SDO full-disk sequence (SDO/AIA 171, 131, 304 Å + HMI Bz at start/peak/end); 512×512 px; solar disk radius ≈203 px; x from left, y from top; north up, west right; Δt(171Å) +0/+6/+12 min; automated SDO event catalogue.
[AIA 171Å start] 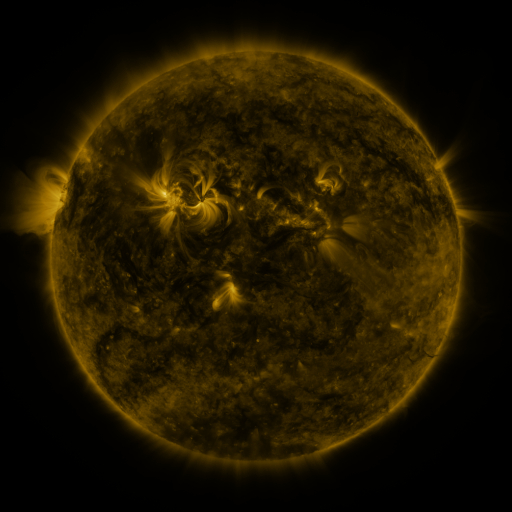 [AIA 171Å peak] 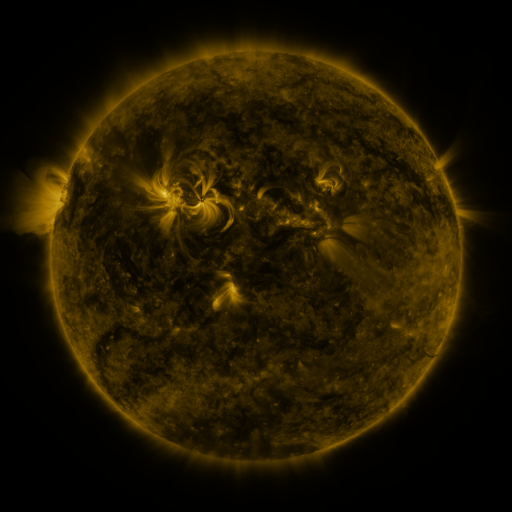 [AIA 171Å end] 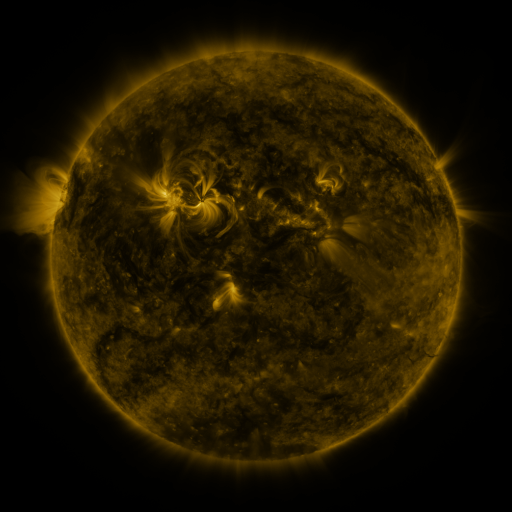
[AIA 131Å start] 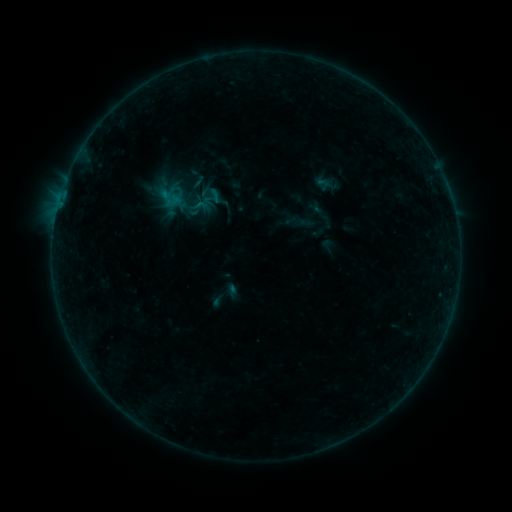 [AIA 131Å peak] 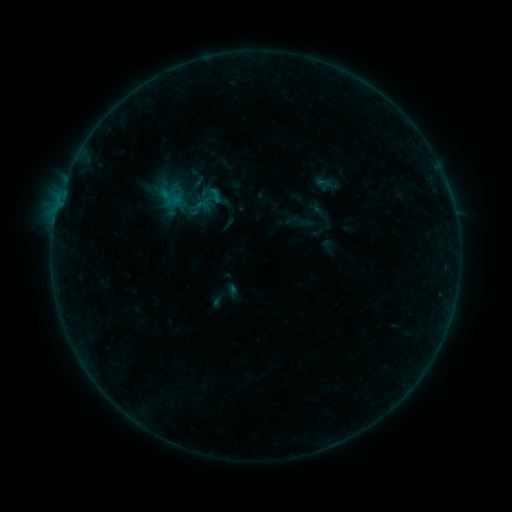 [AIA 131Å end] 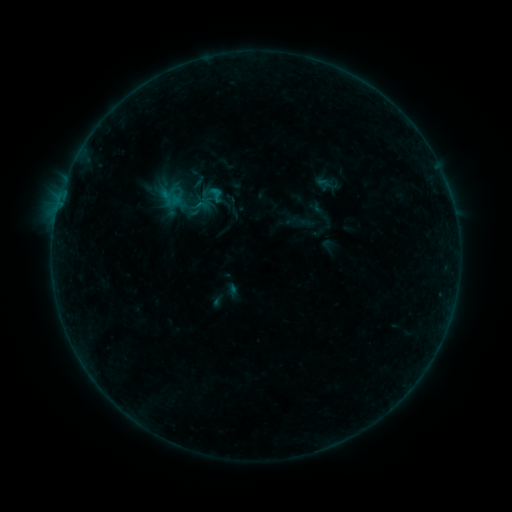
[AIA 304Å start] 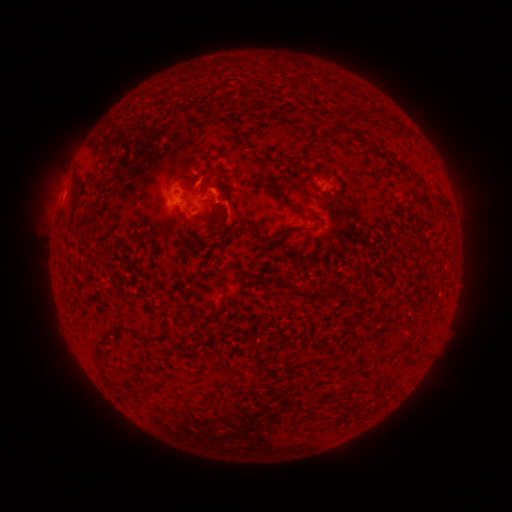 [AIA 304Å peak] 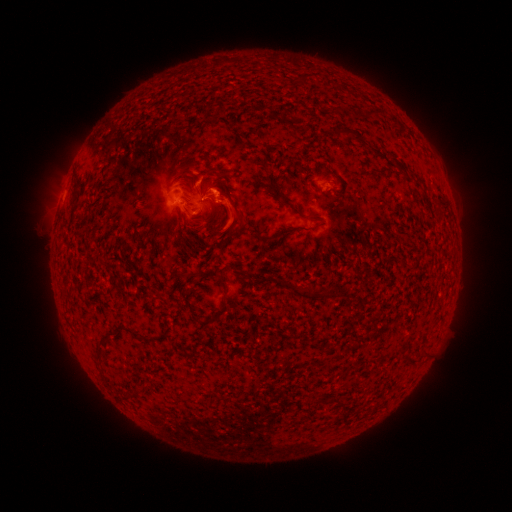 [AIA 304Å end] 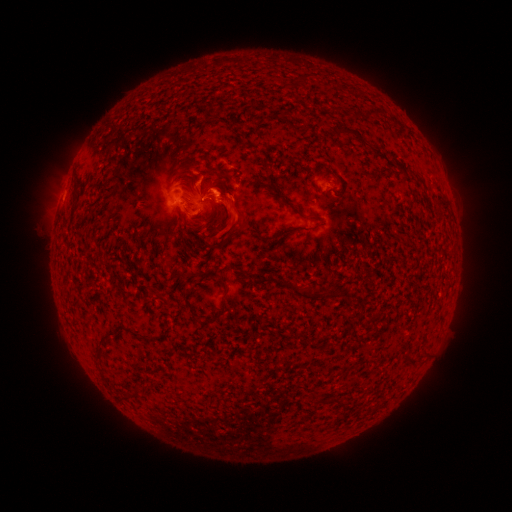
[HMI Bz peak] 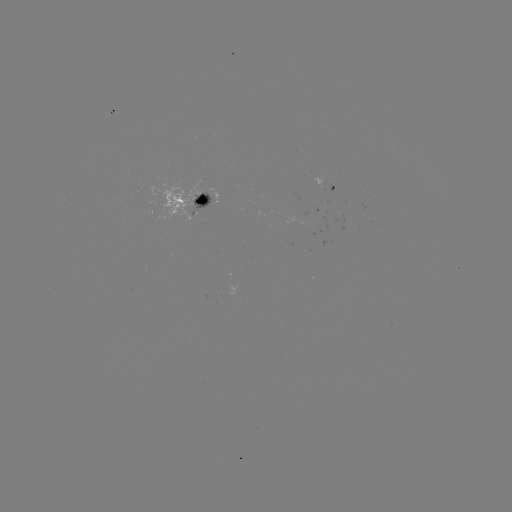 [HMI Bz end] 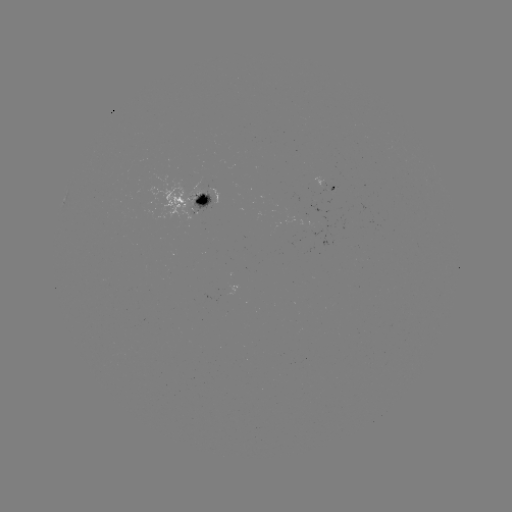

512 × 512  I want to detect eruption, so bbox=[210, 182, 253, 240].